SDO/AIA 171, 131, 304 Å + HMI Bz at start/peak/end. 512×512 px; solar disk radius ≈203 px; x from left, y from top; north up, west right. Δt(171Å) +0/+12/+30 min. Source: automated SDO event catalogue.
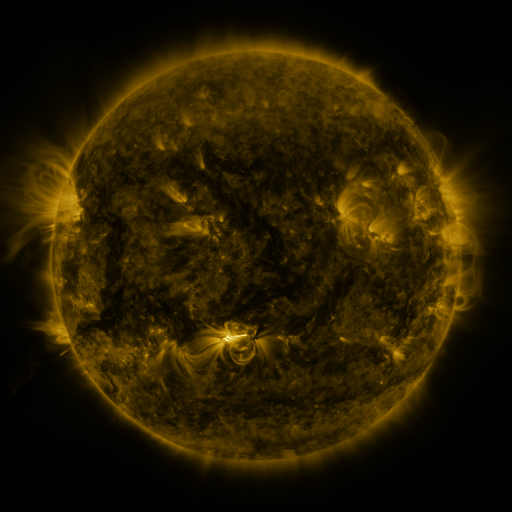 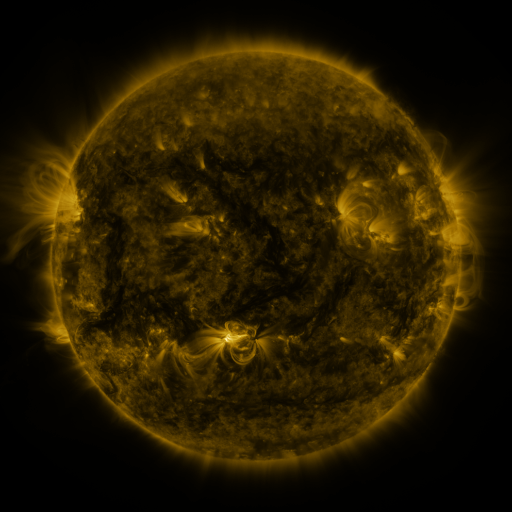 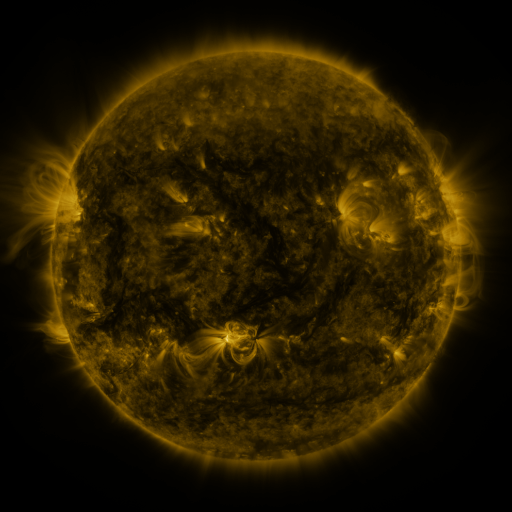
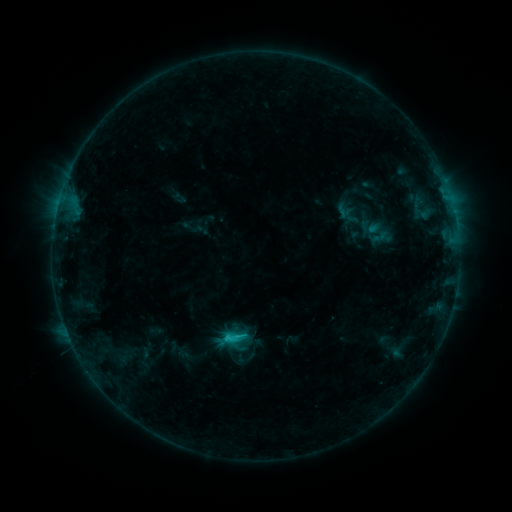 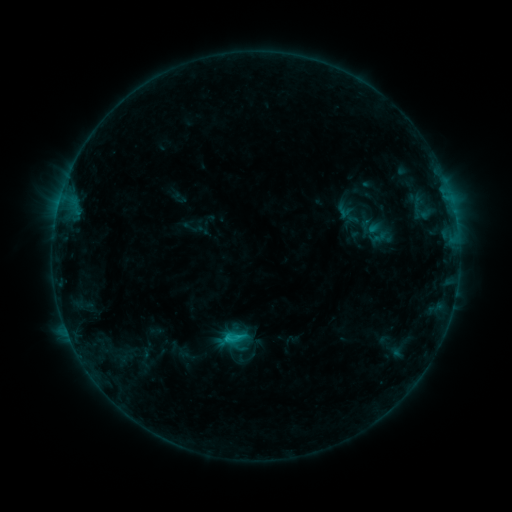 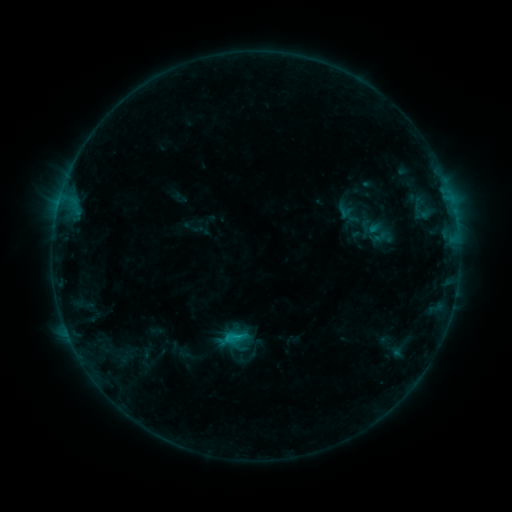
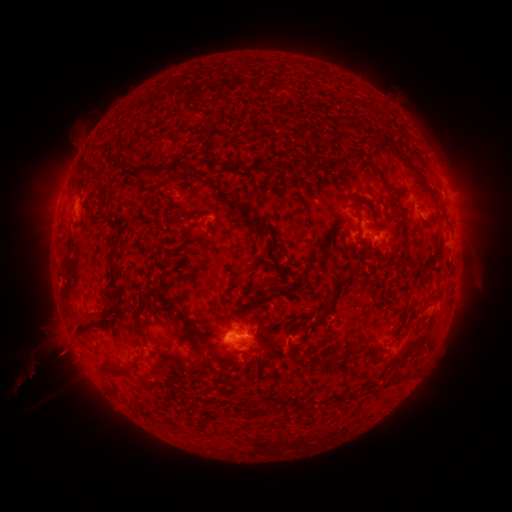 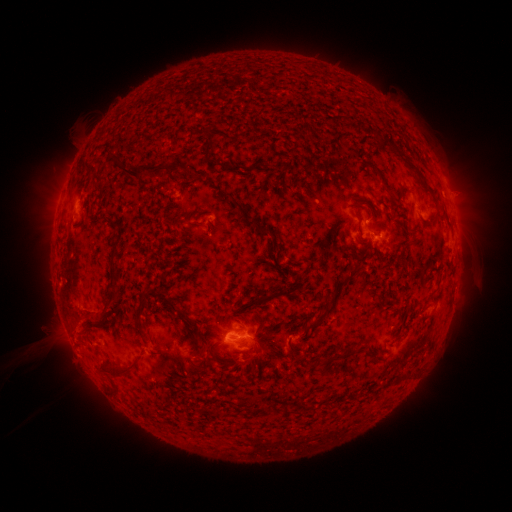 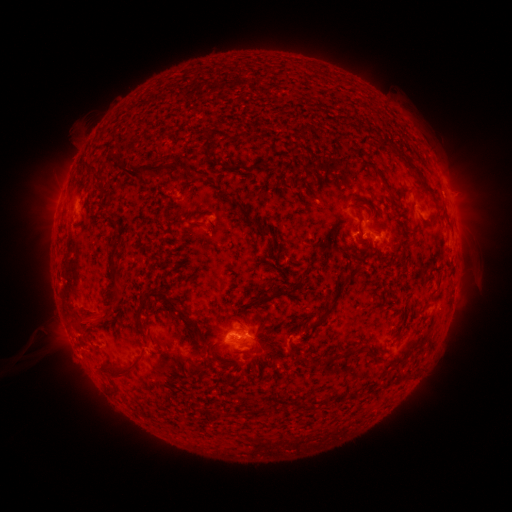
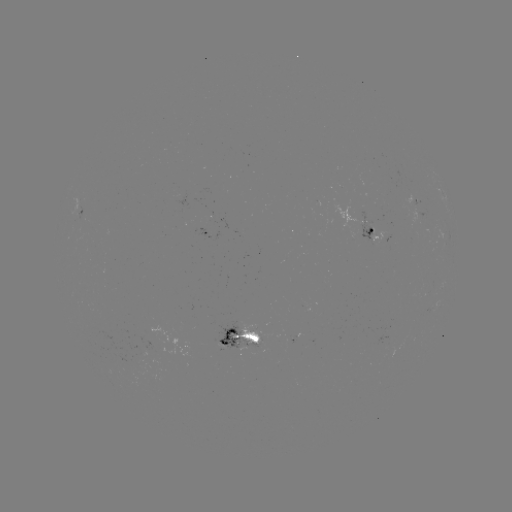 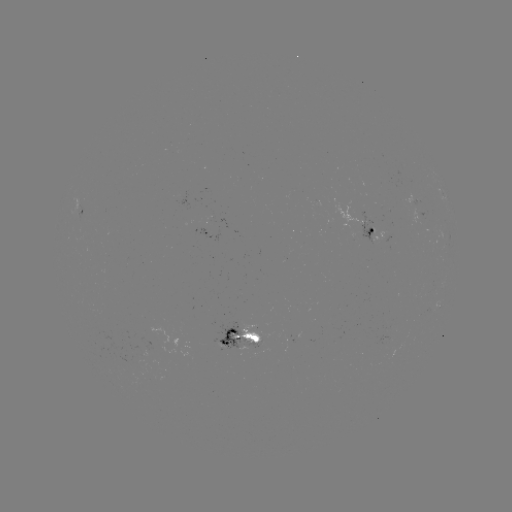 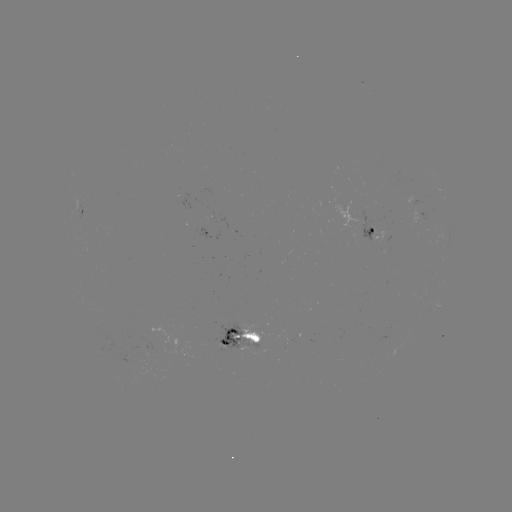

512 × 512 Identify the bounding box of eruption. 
[32, 306, 105, 376].